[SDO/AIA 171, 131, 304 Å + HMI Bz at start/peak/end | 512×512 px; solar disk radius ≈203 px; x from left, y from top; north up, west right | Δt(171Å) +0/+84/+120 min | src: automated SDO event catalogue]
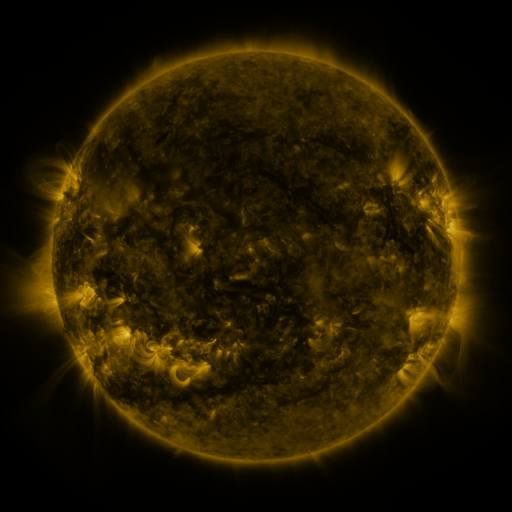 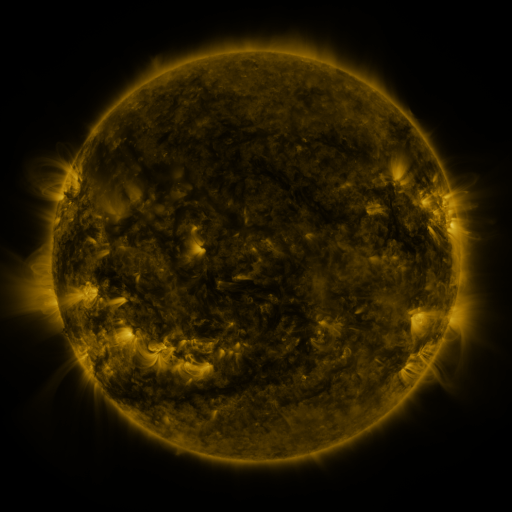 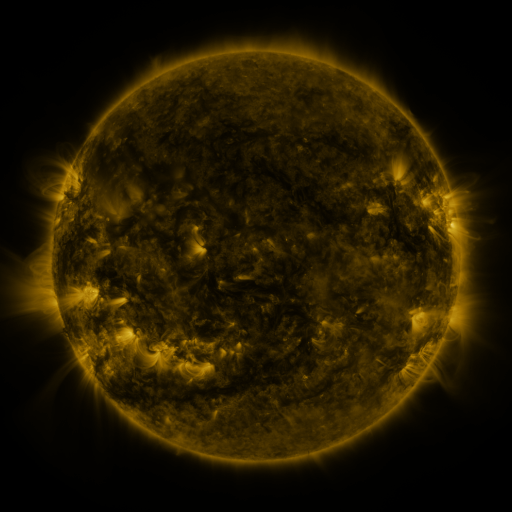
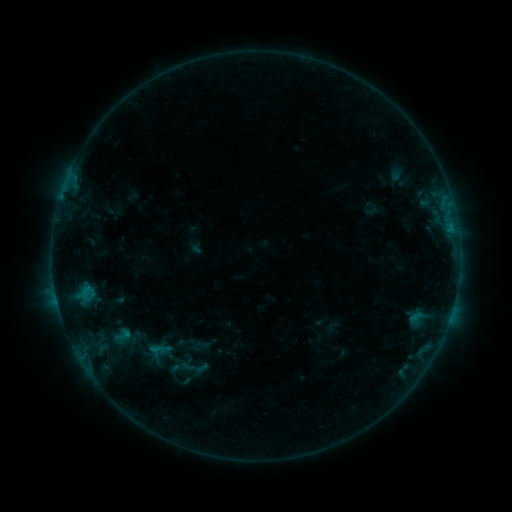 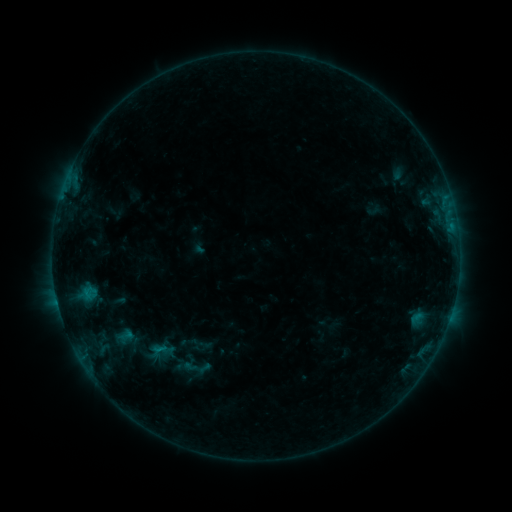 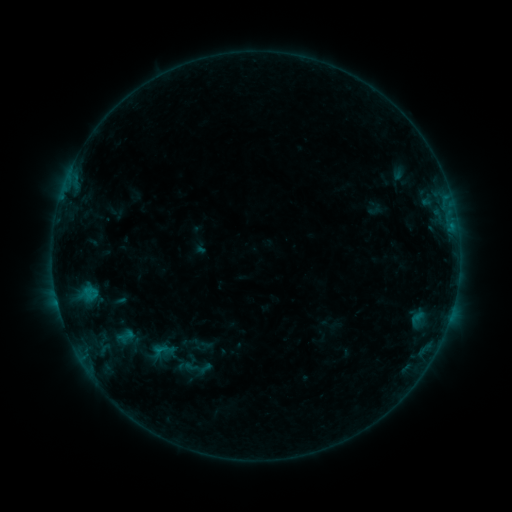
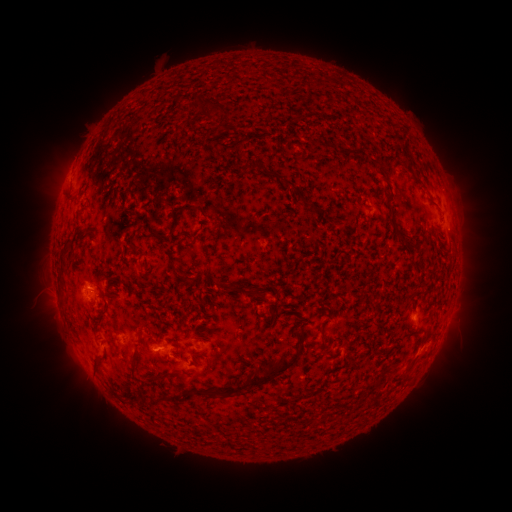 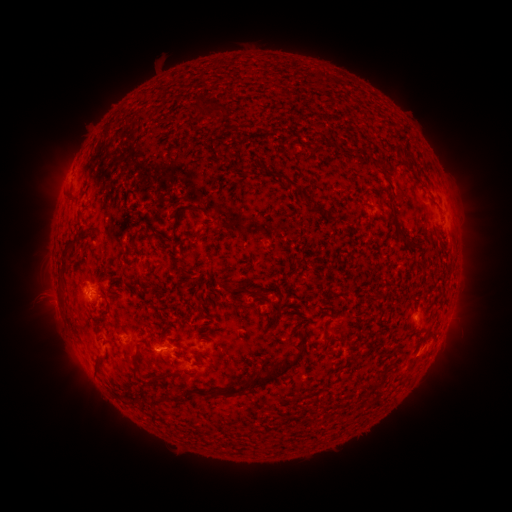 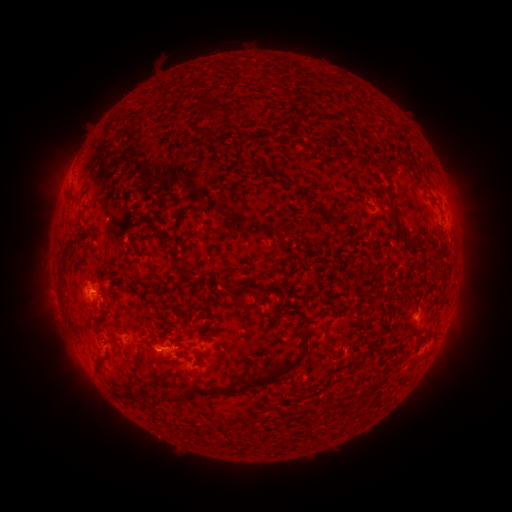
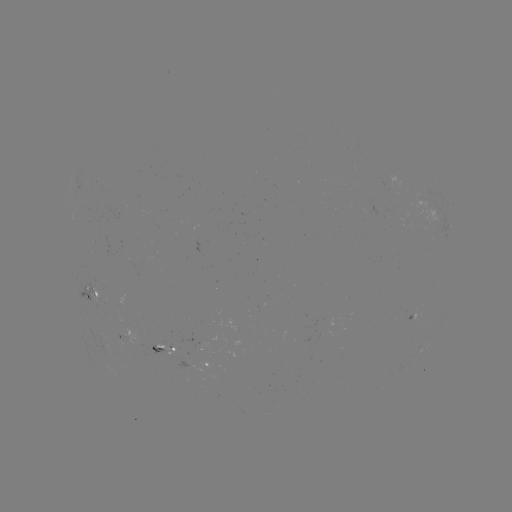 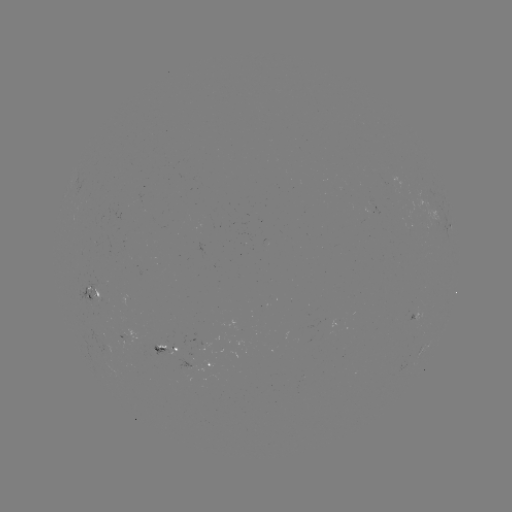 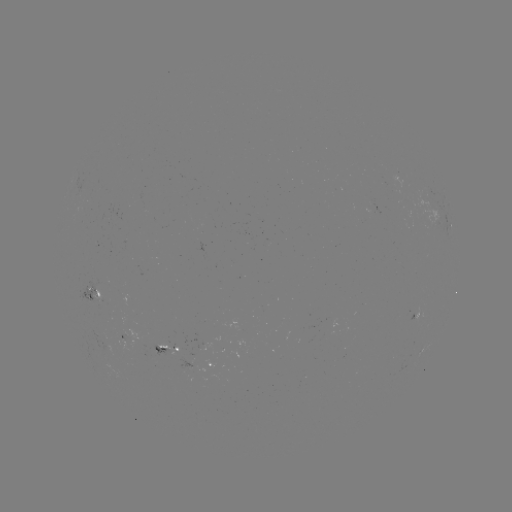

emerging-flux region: (79, 274, 99, 305)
